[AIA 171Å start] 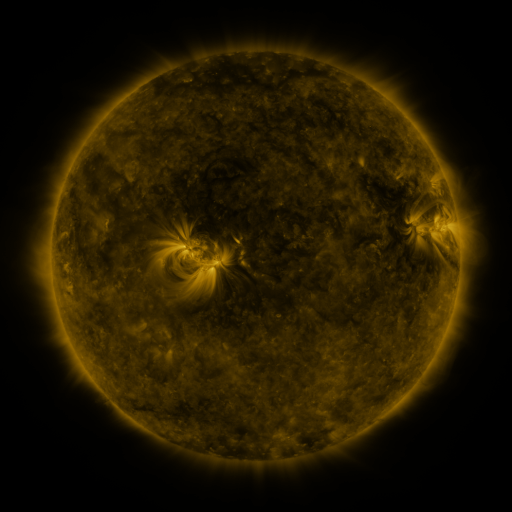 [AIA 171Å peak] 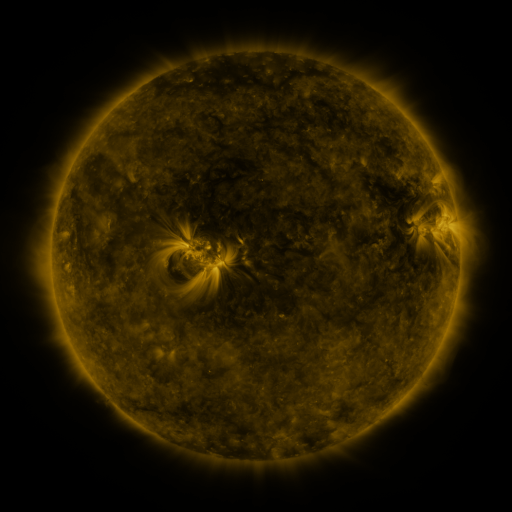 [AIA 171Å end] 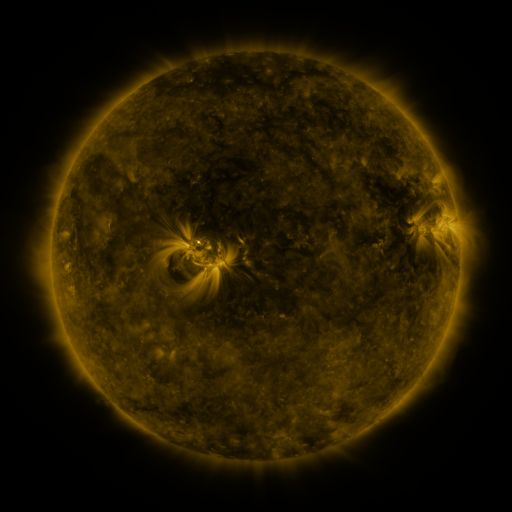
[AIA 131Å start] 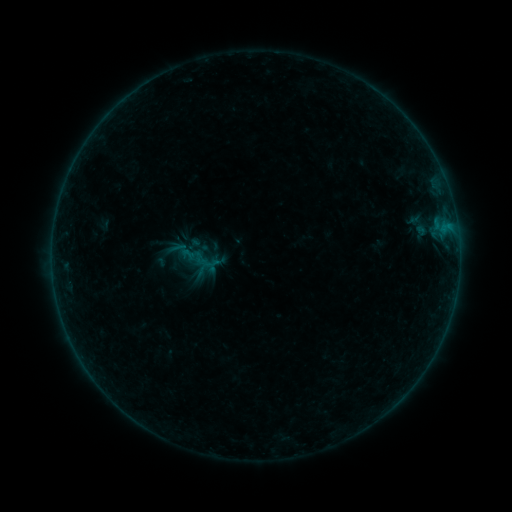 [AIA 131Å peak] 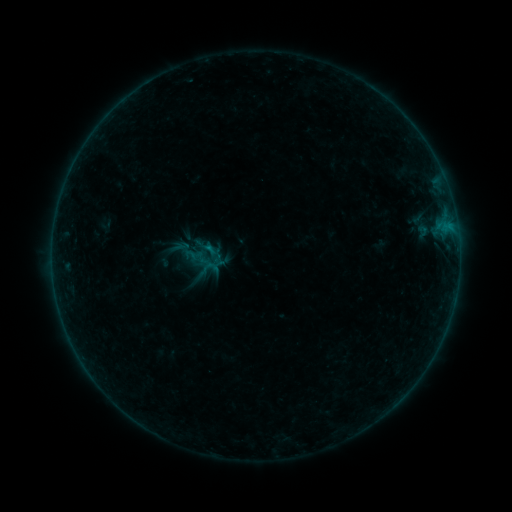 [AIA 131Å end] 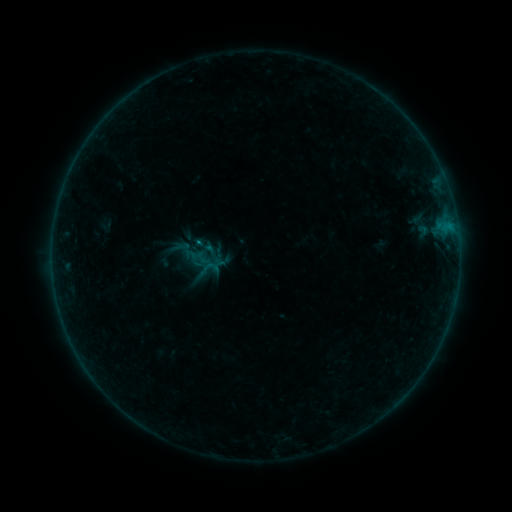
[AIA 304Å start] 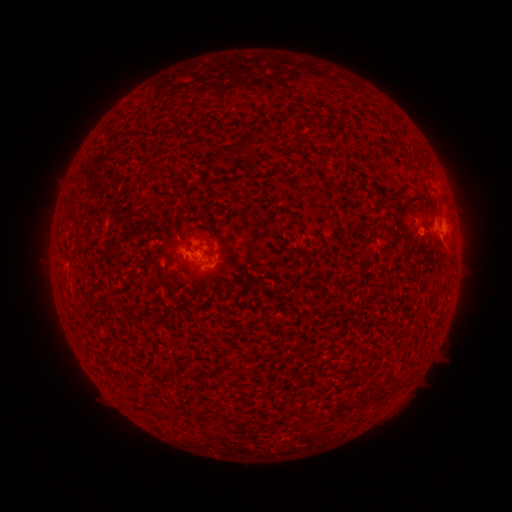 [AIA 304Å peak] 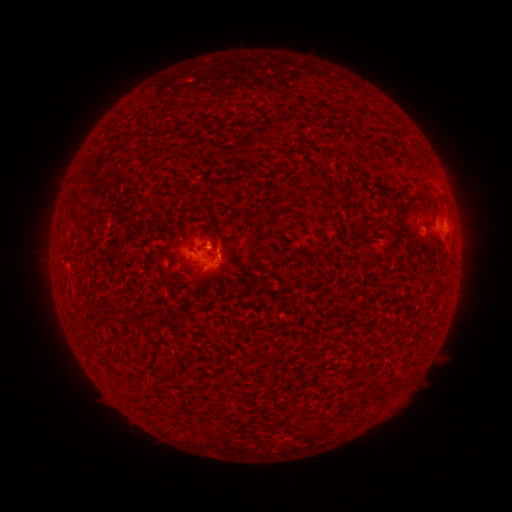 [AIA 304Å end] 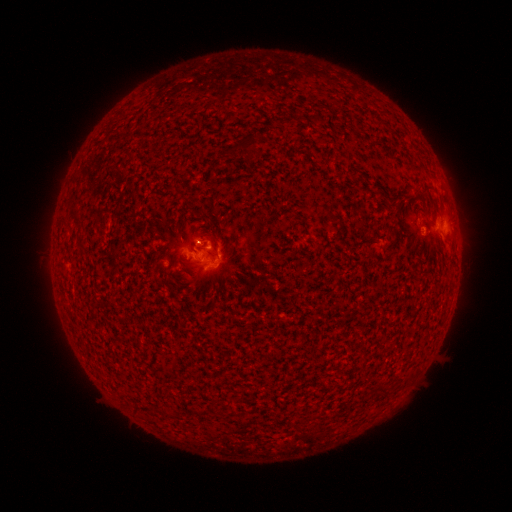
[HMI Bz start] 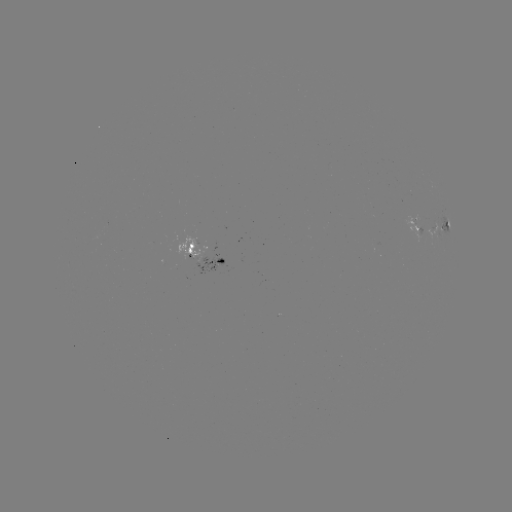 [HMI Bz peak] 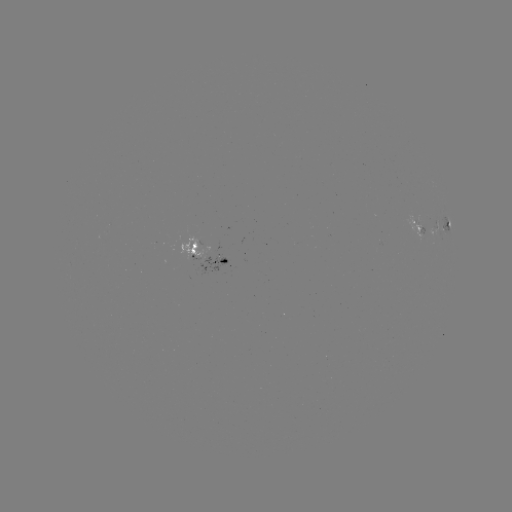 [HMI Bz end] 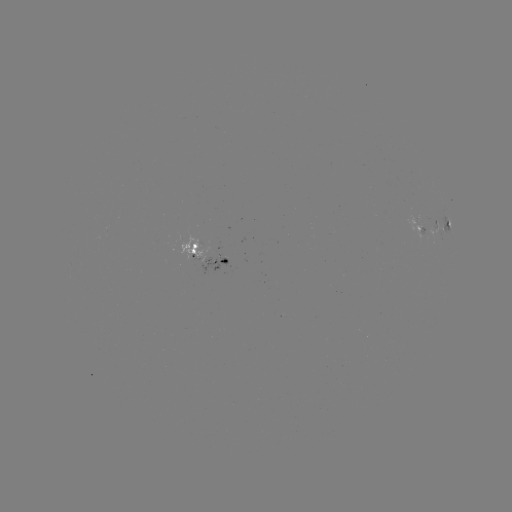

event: emerging-flux region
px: (415, 223)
